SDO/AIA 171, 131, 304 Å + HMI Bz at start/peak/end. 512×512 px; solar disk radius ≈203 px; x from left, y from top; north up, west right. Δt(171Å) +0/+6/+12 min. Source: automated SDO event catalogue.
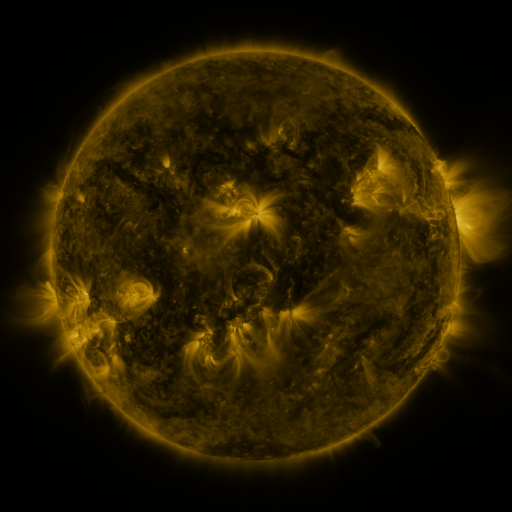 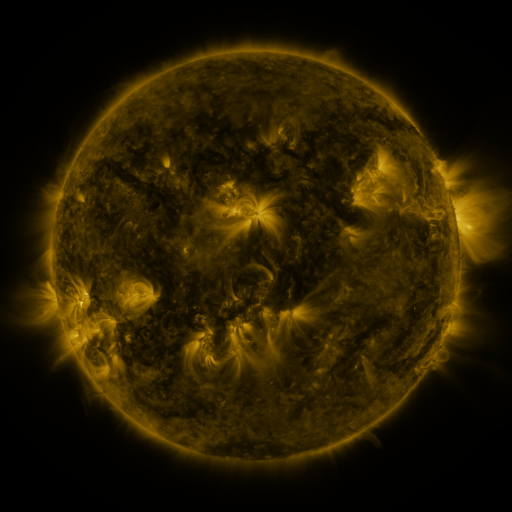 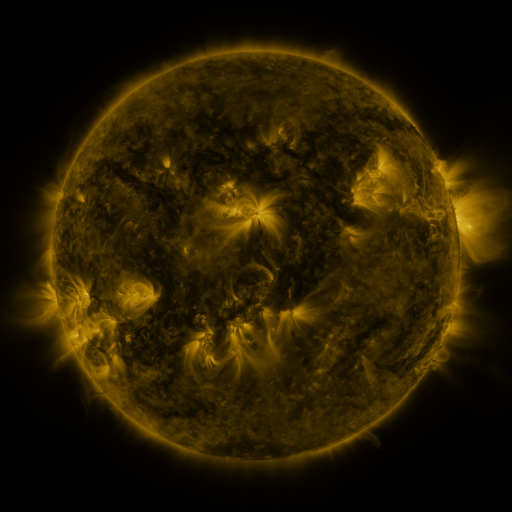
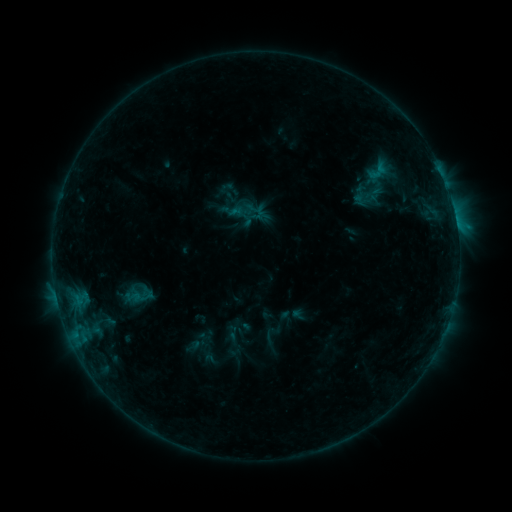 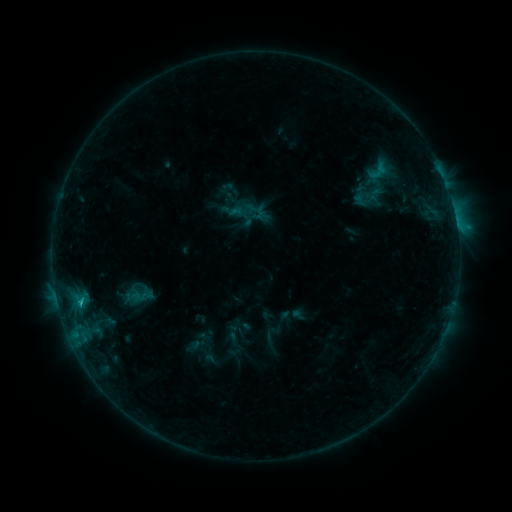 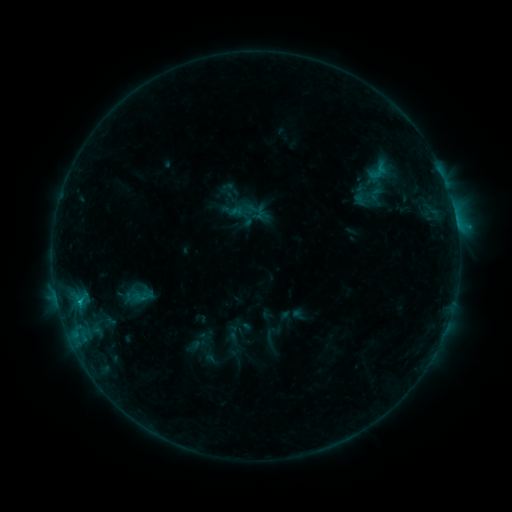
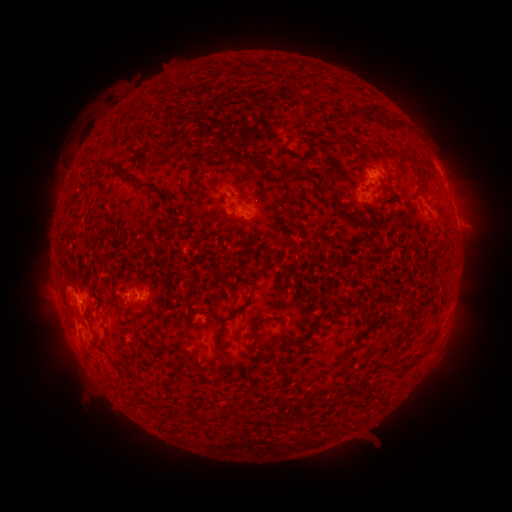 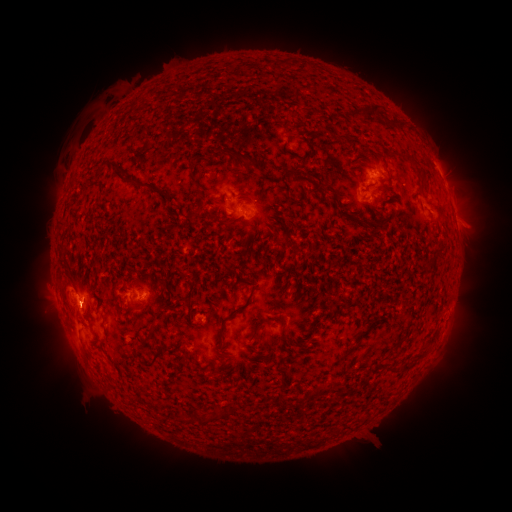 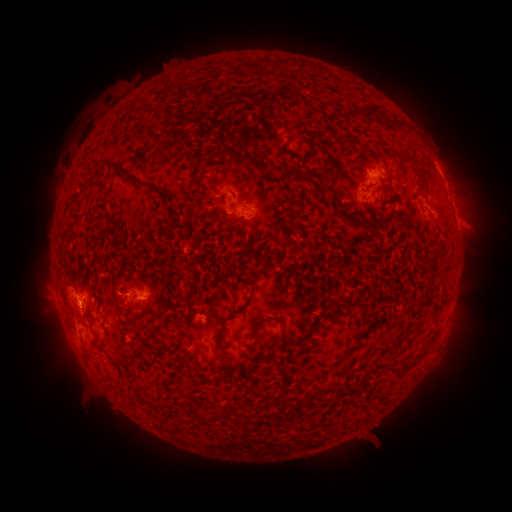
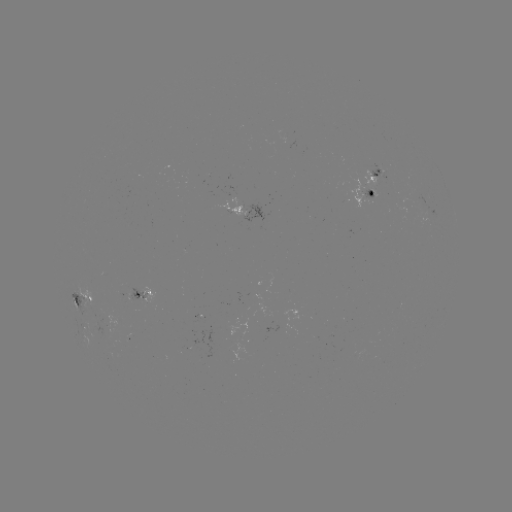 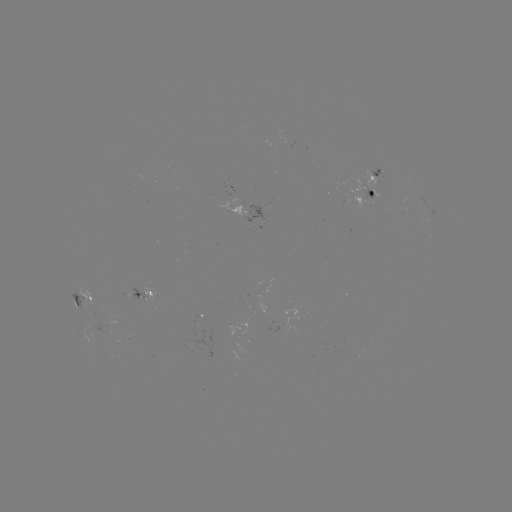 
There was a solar flare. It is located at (80, 299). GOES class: B6.3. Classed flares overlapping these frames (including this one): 1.